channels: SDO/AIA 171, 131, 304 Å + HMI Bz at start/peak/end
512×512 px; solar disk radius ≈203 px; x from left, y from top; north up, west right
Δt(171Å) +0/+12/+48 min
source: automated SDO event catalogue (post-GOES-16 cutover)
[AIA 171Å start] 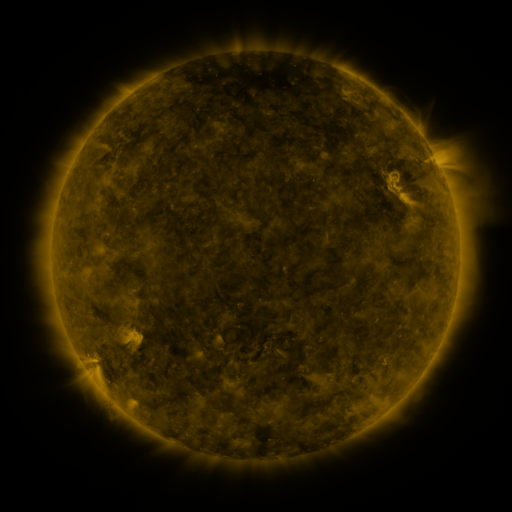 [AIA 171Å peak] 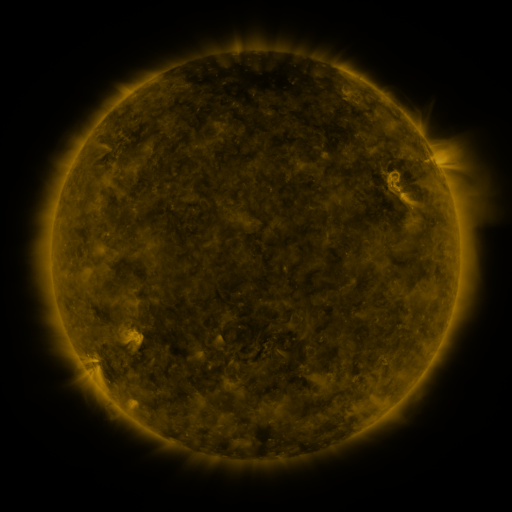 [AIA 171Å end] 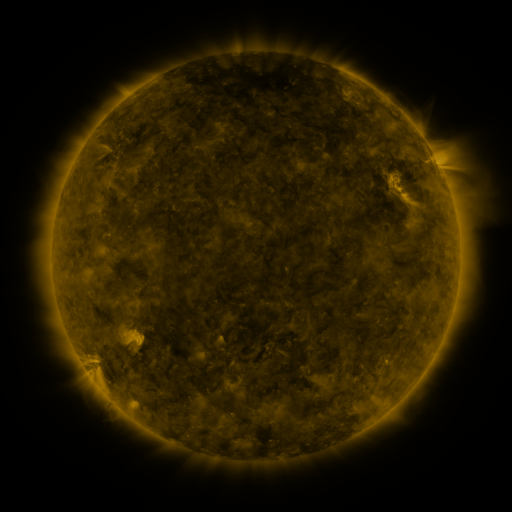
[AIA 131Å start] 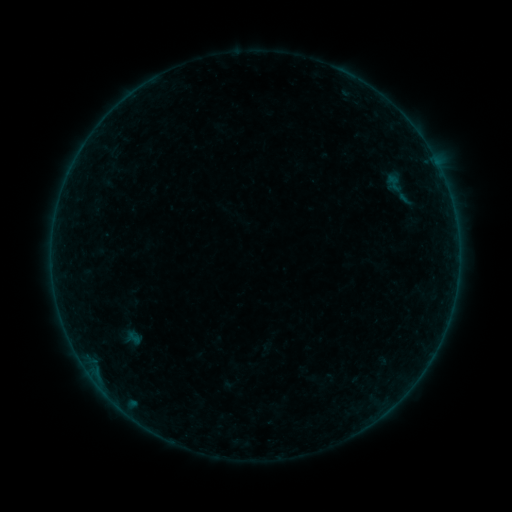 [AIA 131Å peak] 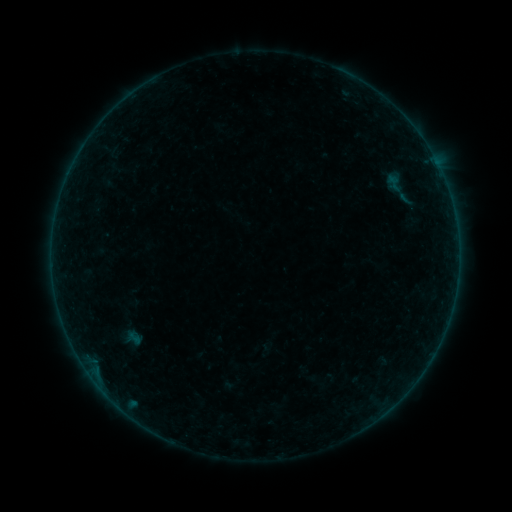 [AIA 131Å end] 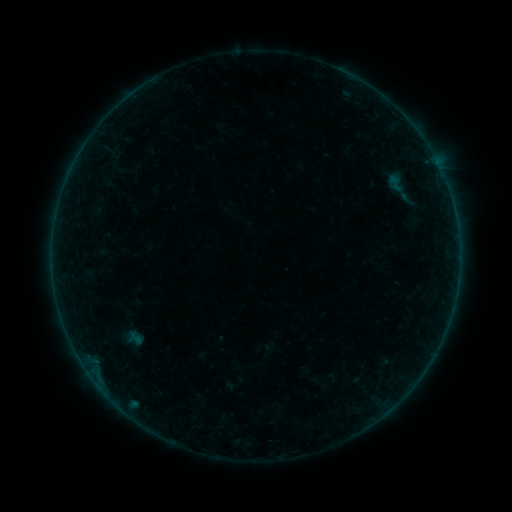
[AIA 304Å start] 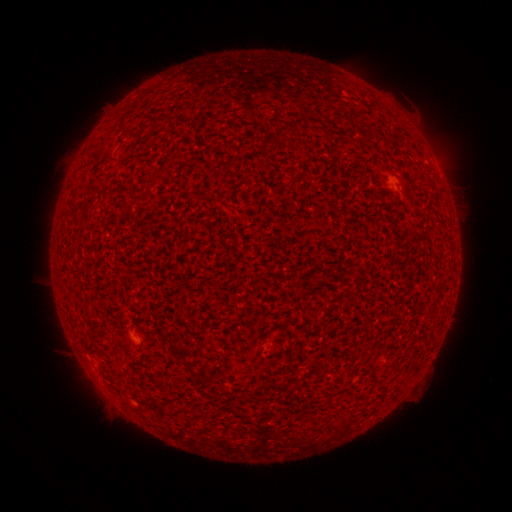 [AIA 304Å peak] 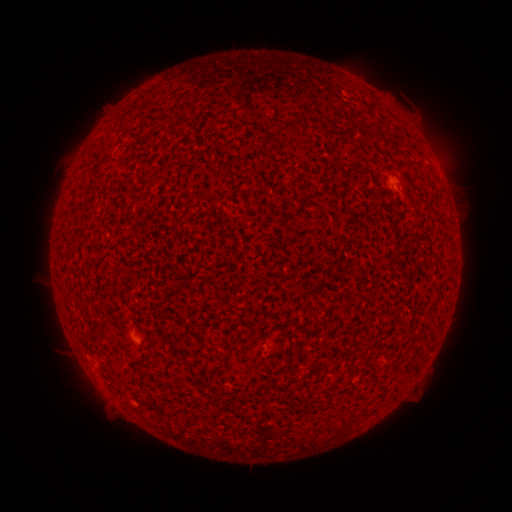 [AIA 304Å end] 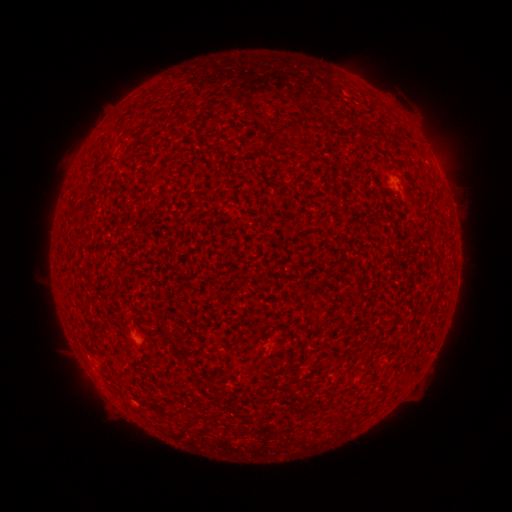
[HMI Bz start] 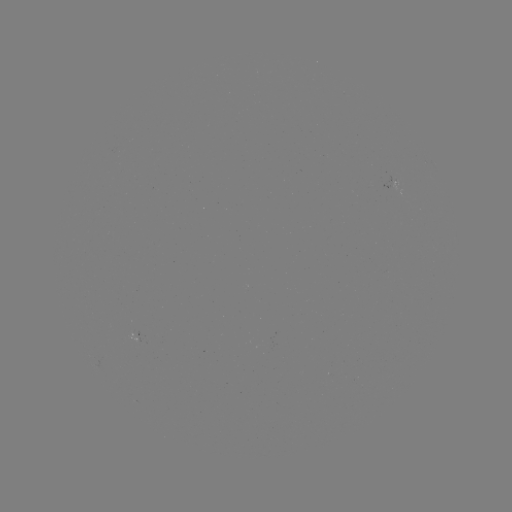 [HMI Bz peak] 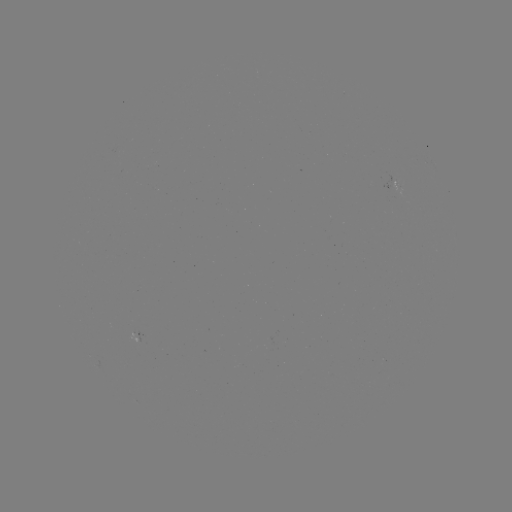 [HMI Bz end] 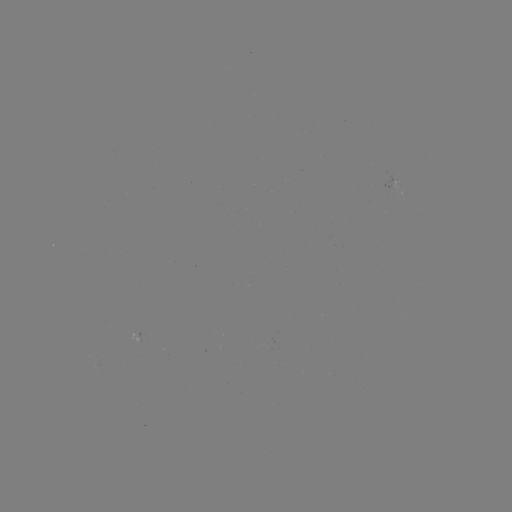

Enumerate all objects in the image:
A3.0 flare: (396, 187)
